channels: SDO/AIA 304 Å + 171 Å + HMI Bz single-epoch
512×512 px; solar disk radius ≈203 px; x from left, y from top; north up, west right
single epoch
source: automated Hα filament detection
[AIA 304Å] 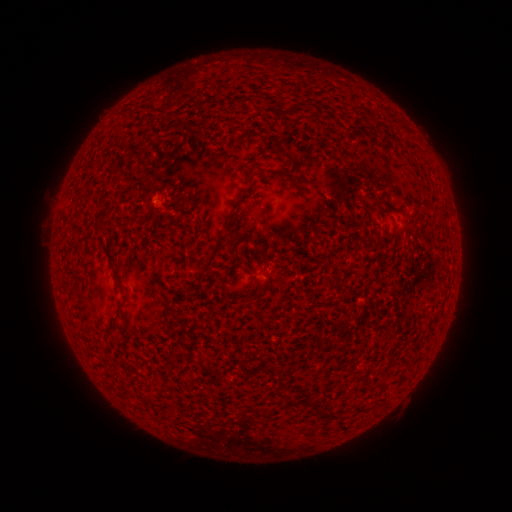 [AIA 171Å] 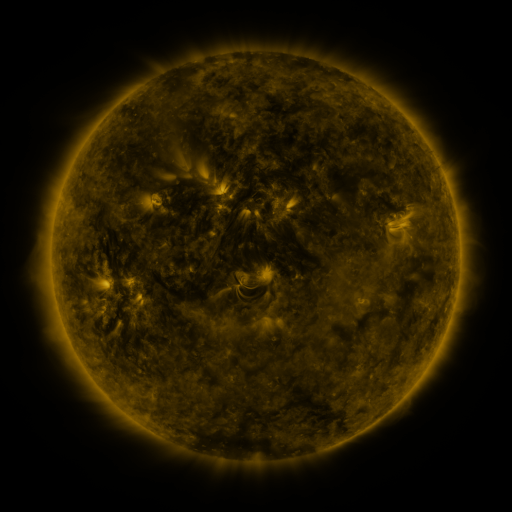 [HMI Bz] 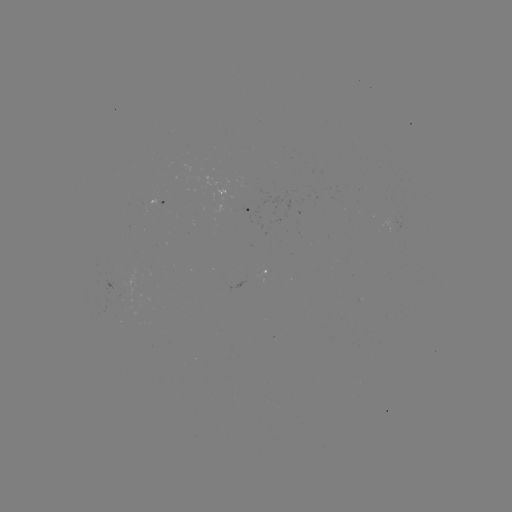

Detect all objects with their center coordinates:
filament: <bbox>287, 105, 297, 114</bbox>
filament: <bbox>141, 131, 148, 142</bbox>
filament: <bbox>279, 151, 295, 164</bbox>
filament: <bbox>253, 163, 266, 176</bbox>
filament: <bbox>372, 198, 383, 209</bbox>
filament: <bbox>201, 232, 224, 274</bbox>
filament: <bbox>106, 243, 115, 255</bbox>
filament: <bbox>201, 253, 209, 266</bbox>
filament: <bbox>112, 269, 123, 293</bbox>
filament: <bbox>313, 404, 321, 414</bbox>
